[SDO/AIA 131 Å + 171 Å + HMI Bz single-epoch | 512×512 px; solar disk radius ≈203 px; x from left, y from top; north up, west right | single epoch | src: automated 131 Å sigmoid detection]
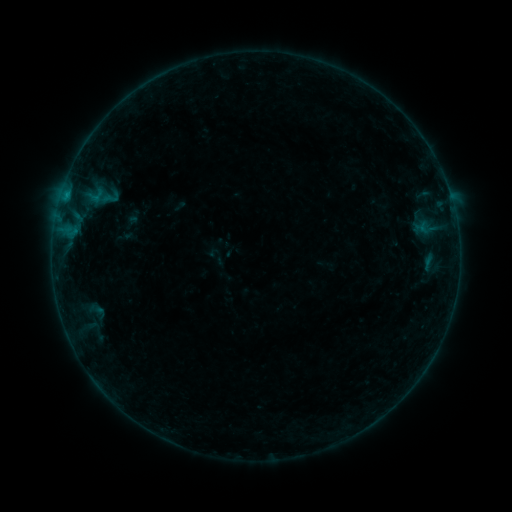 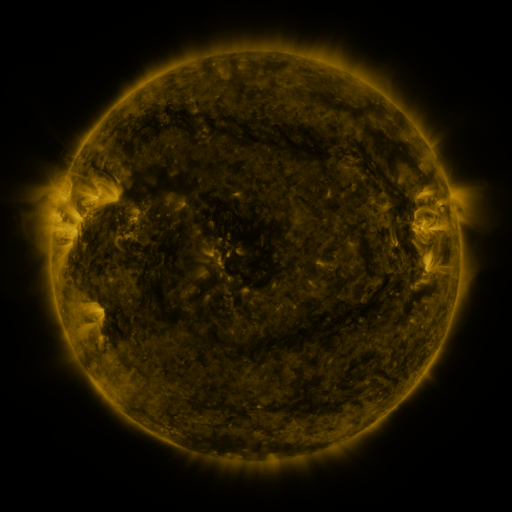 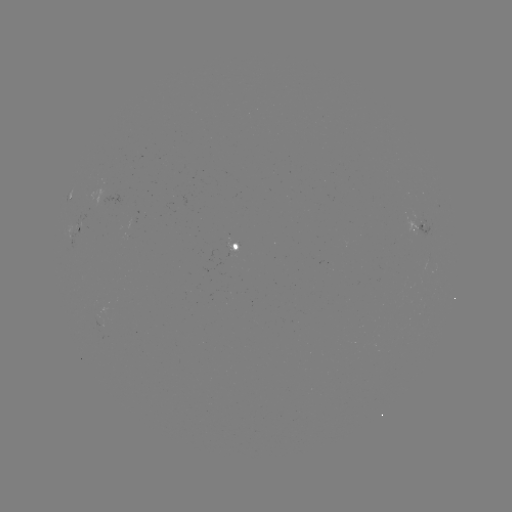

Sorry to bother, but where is sigmoid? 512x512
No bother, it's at (111, 197).